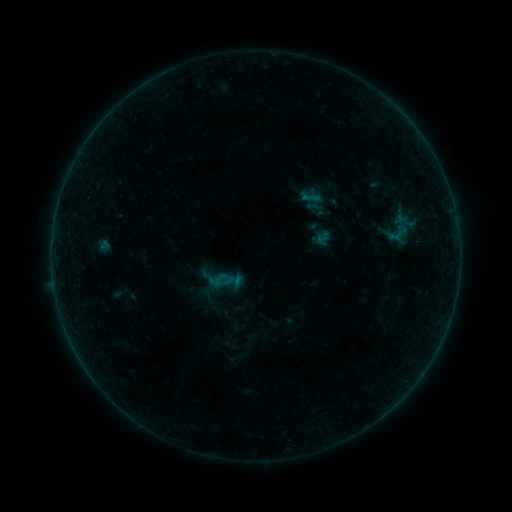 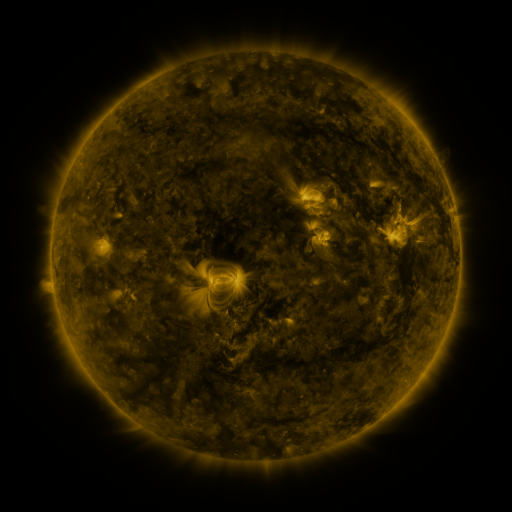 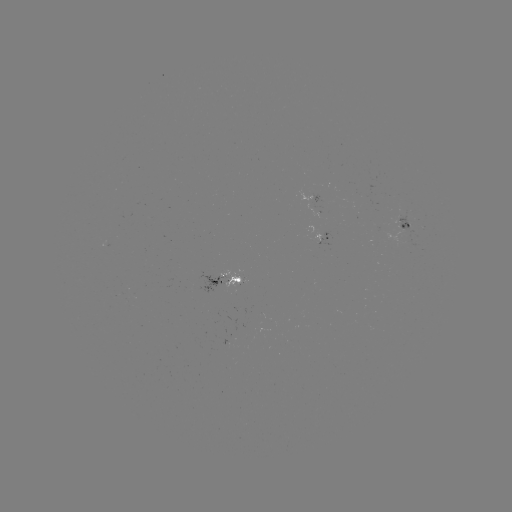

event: sigmoid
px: (220, 280)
